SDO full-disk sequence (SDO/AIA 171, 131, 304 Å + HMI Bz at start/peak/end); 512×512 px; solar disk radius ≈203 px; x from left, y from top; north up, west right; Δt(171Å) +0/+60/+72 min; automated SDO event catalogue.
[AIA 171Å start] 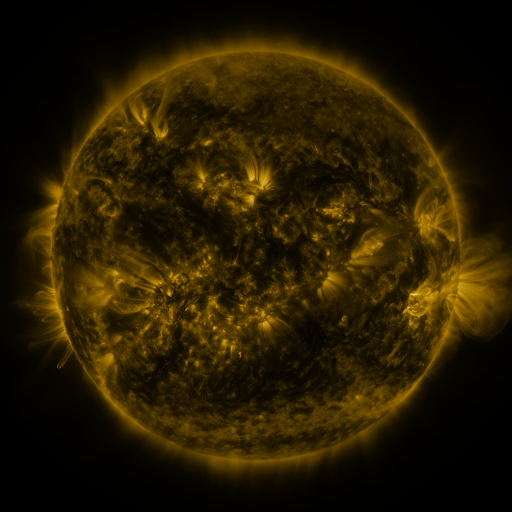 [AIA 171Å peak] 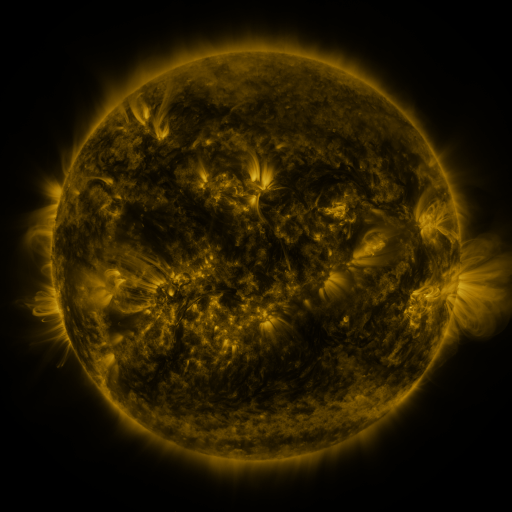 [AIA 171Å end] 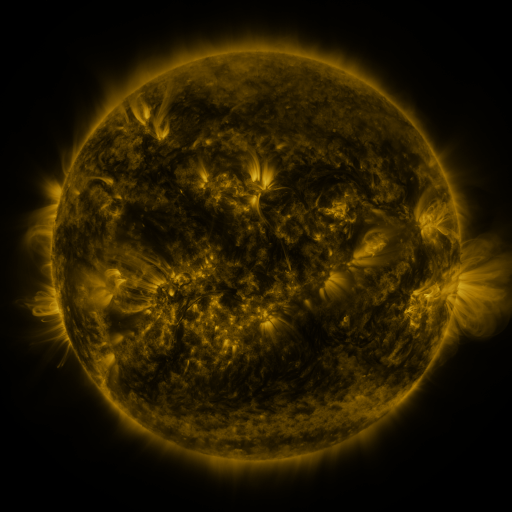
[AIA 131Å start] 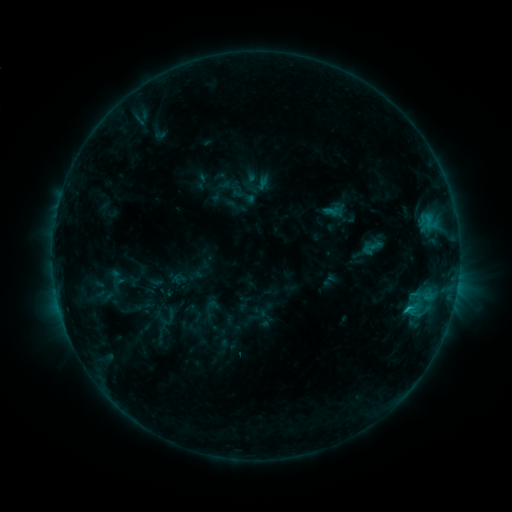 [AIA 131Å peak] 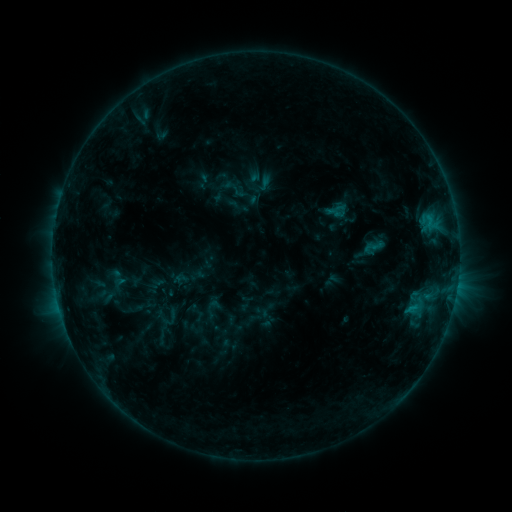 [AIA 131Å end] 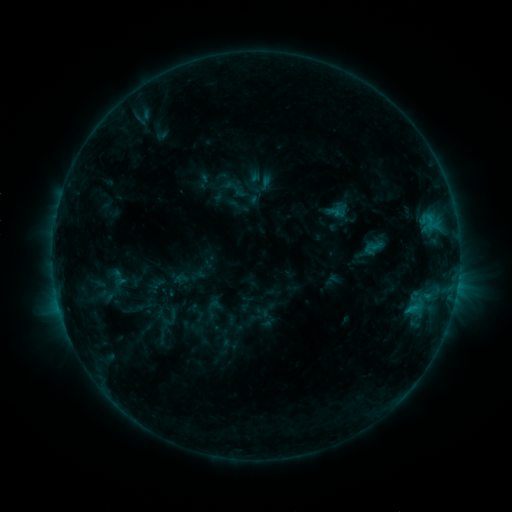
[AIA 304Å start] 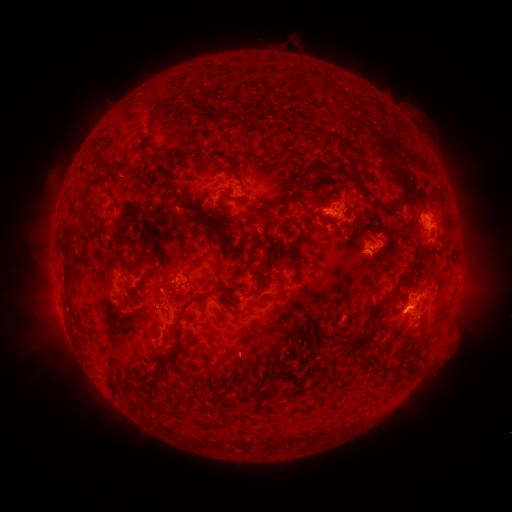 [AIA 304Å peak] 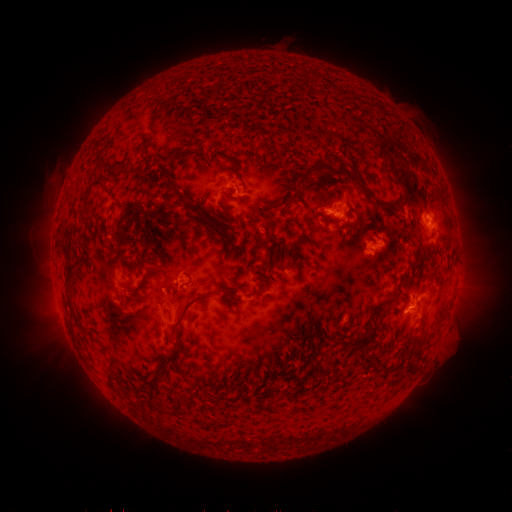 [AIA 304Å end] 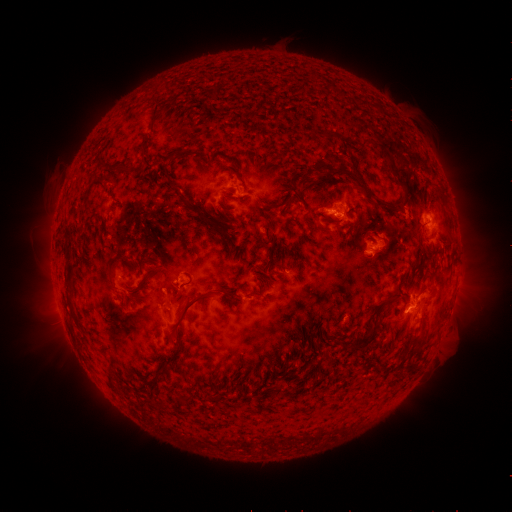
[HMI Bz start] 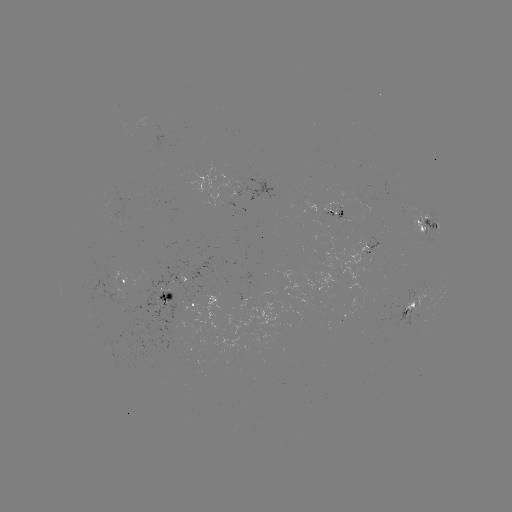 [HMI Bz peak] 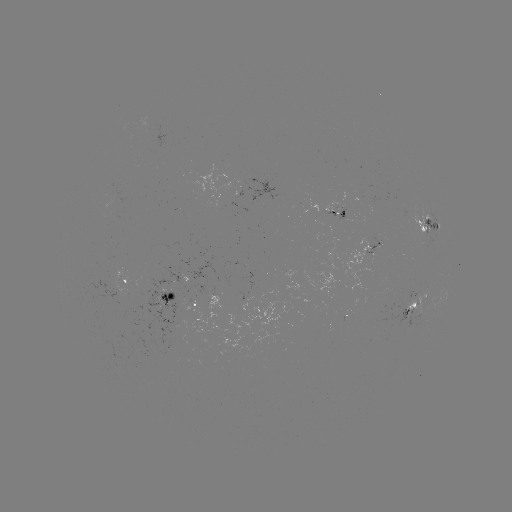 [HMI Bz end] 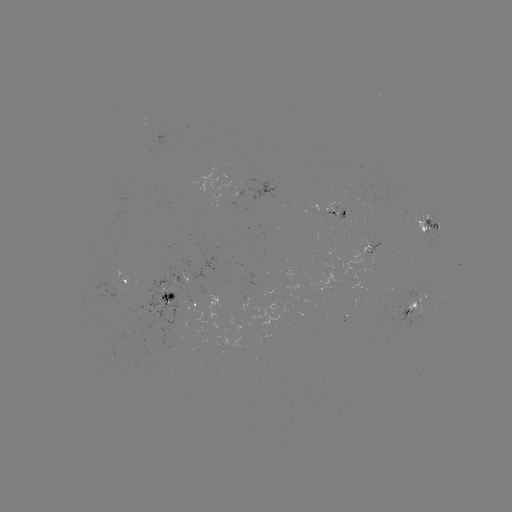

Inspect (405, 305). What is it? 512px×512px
emerging-flux region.